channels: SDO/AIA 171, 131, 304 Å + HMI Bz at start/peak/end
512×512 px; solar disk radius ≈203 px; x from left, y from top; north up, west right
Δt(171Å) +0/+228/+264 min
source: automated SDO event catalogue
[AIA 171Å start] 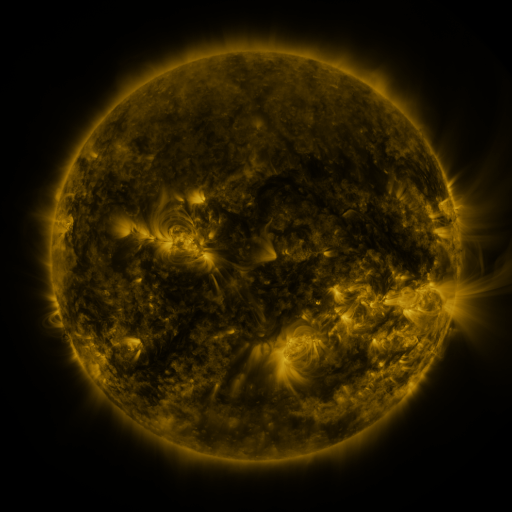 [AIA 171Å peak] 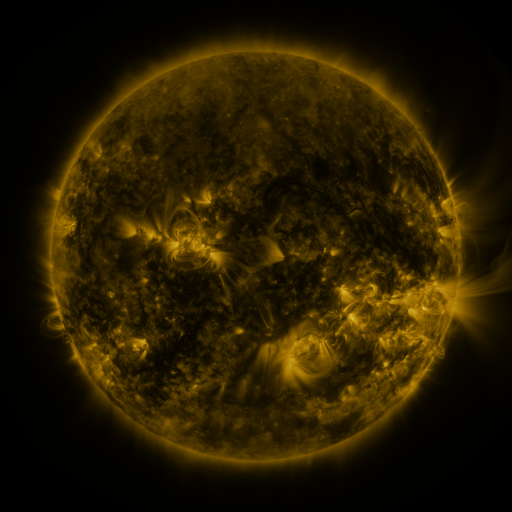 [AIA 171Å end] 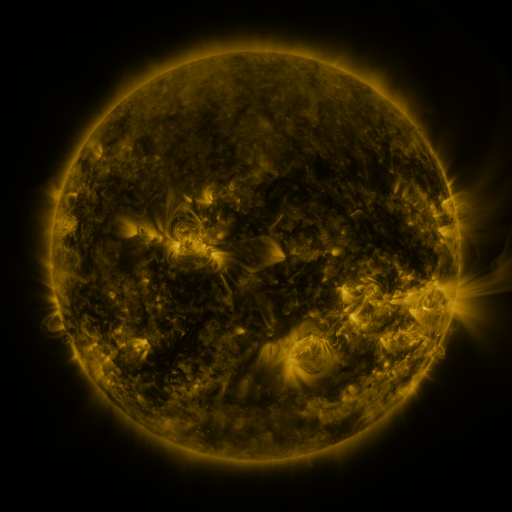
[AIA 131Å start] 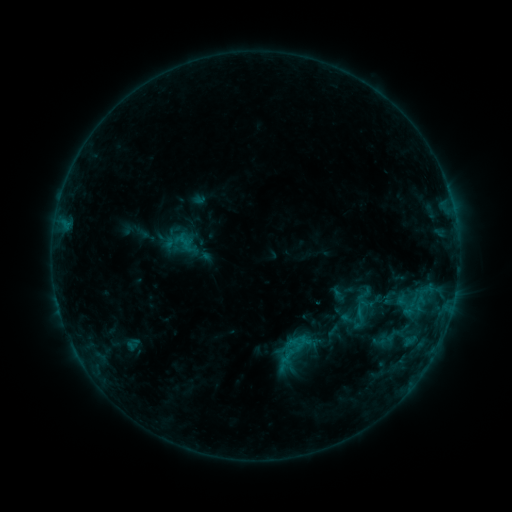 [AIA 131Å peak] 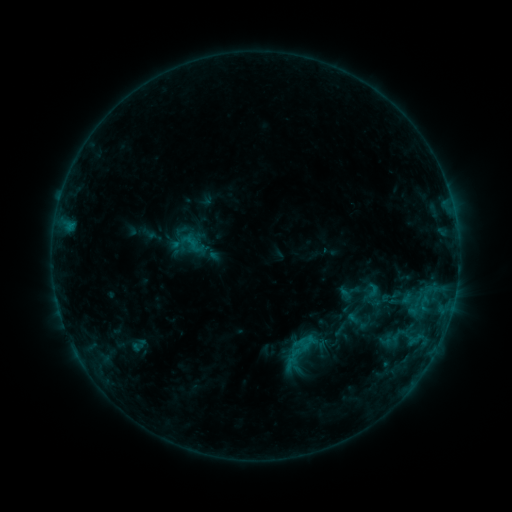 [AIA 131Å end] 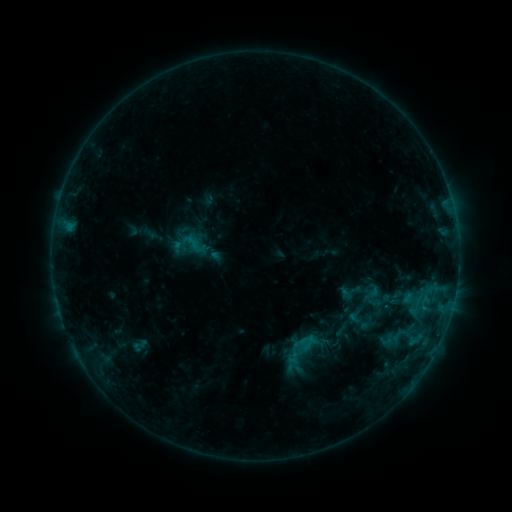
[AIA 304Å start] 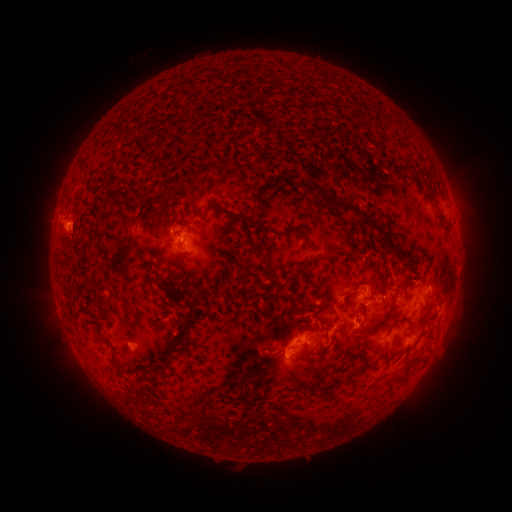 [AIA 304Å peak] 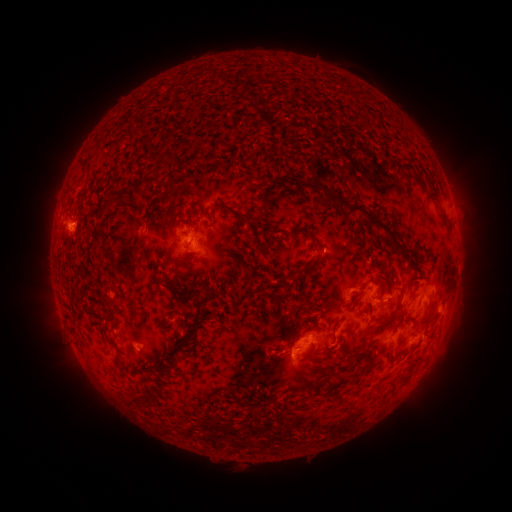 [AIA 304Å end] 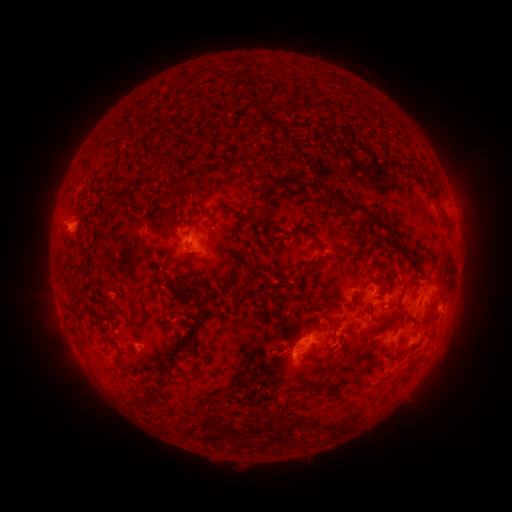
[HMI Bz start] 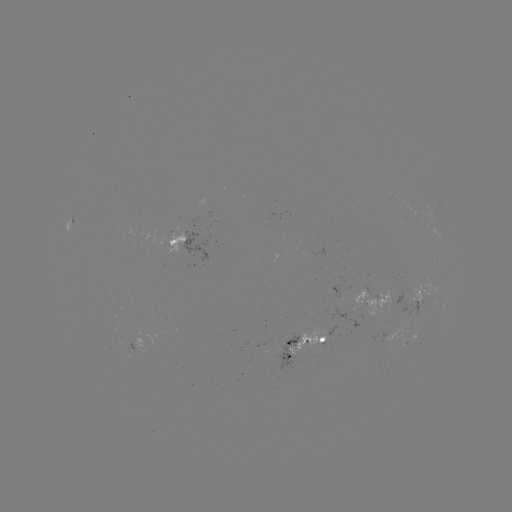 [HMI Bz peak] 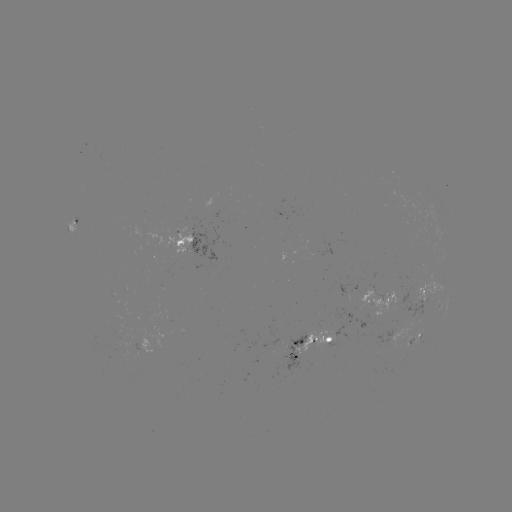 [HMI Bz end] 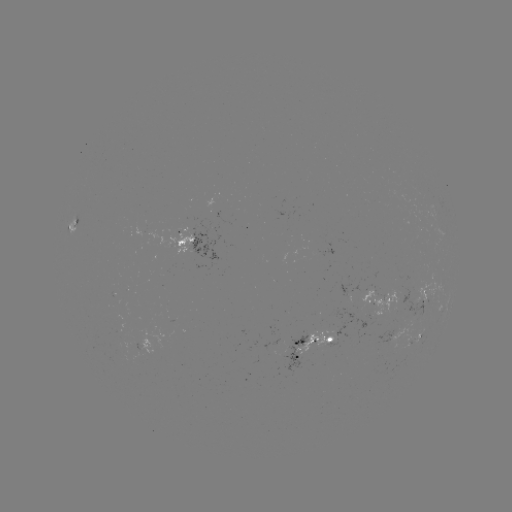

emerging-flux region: <bbox>294, 330, 335, 354</bbox>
